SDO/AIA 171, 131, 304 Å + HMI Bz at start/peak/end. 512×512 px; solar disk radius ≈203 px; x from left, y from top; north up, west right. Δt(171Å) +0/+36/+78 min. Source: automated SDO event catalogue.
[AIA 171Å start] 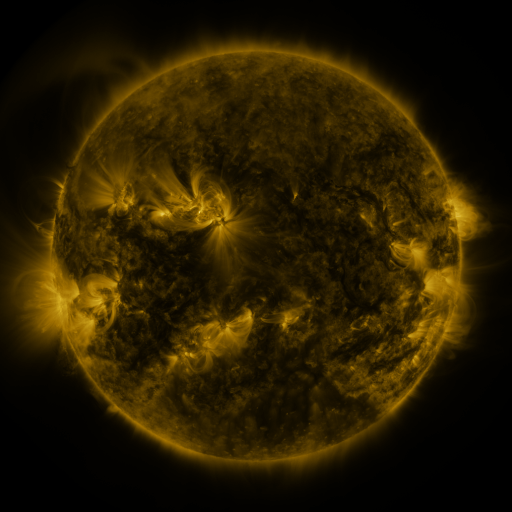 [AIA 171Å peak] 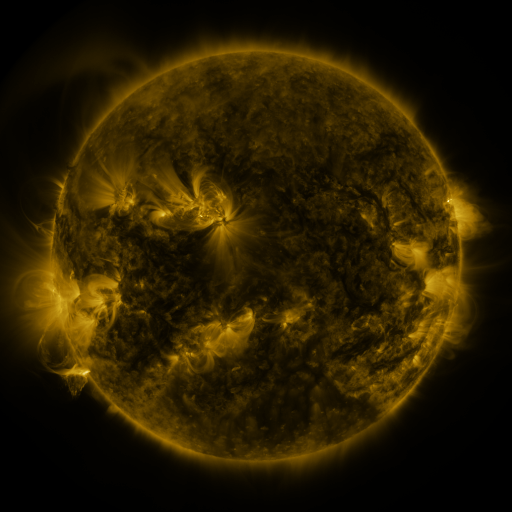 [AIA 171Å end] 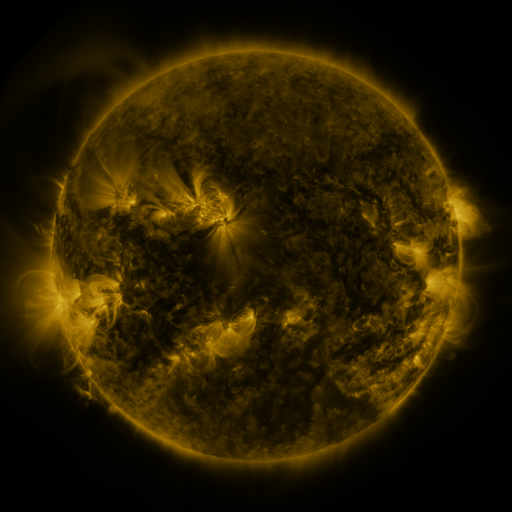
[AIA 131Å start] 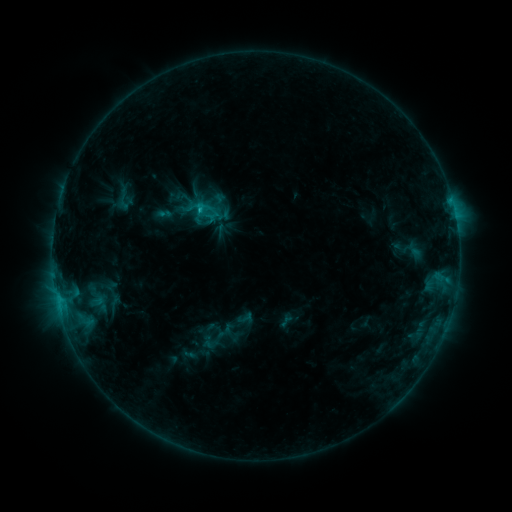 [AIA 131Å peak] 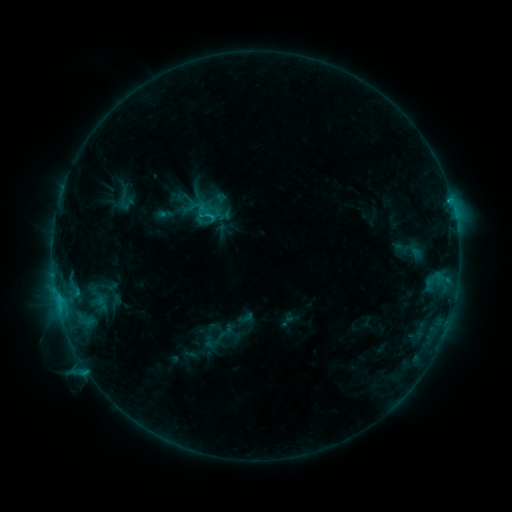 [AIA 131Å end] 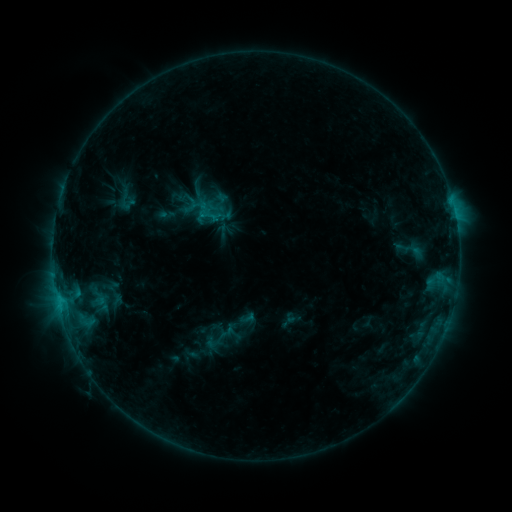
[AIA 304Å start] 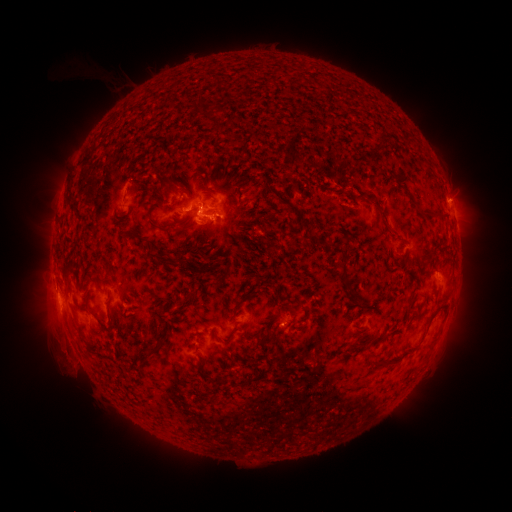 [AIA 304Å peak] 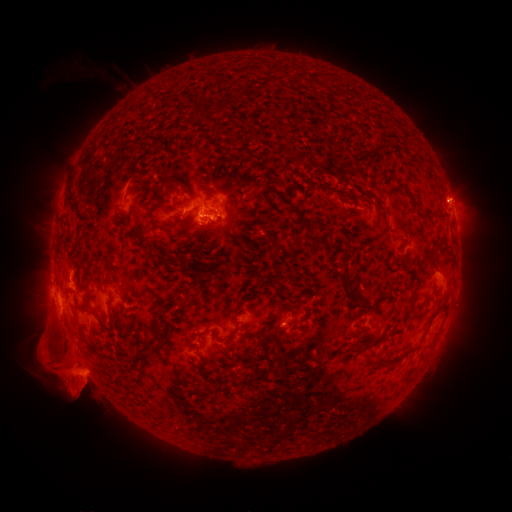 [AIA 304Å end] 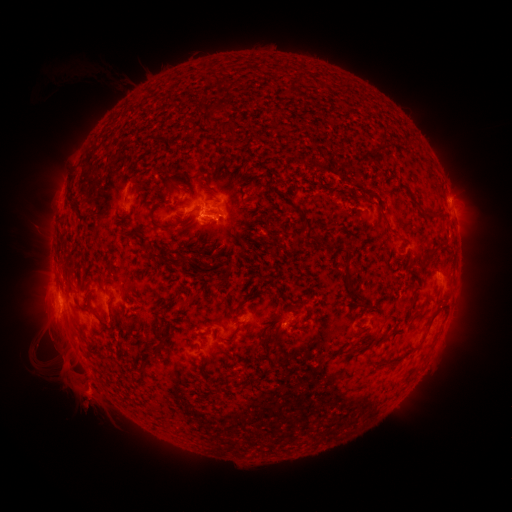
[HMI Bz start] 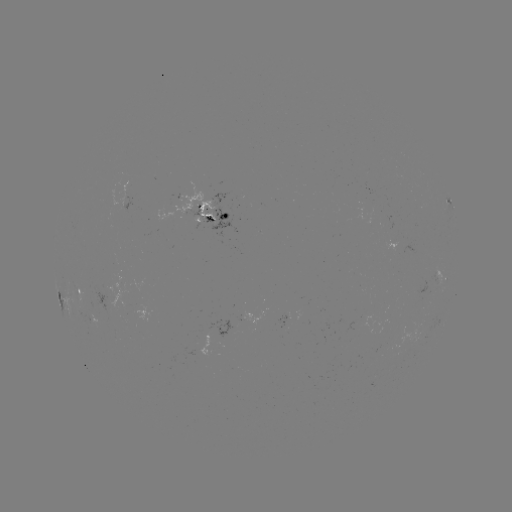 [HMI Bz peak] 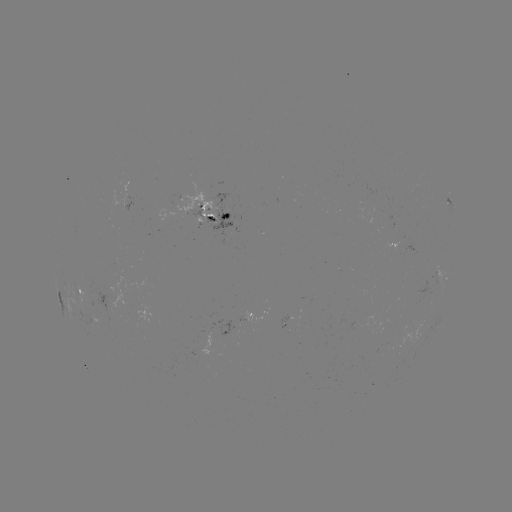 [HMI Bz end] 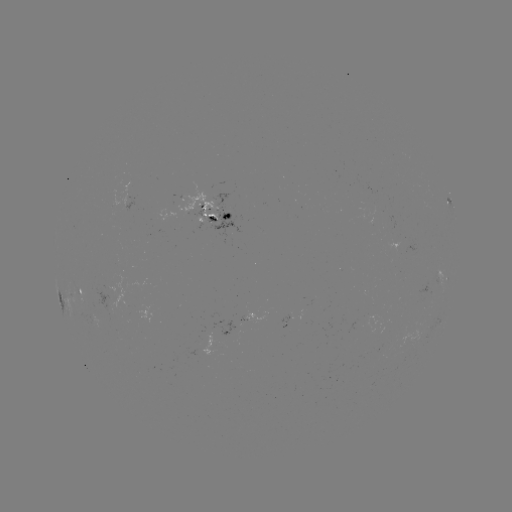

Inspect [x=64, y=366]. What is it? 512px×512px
eruption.